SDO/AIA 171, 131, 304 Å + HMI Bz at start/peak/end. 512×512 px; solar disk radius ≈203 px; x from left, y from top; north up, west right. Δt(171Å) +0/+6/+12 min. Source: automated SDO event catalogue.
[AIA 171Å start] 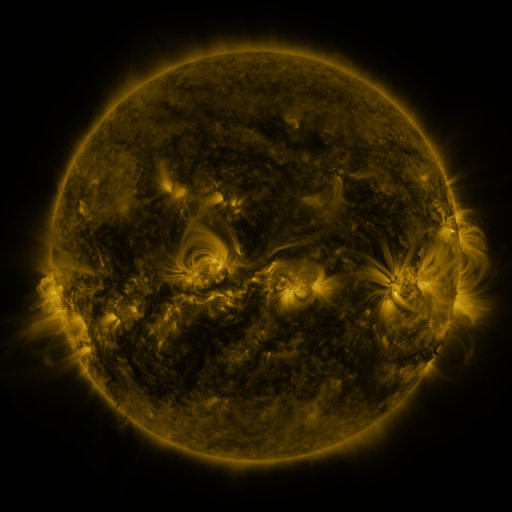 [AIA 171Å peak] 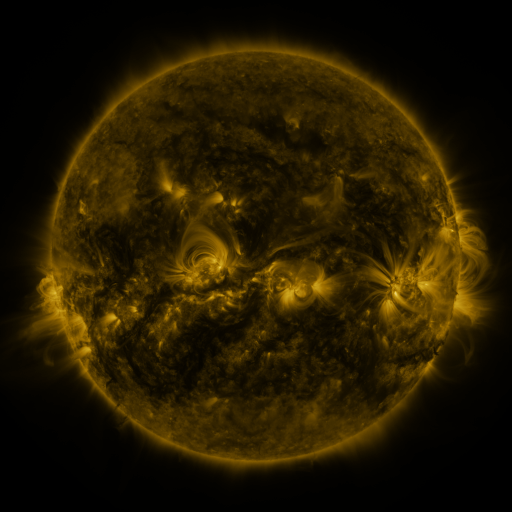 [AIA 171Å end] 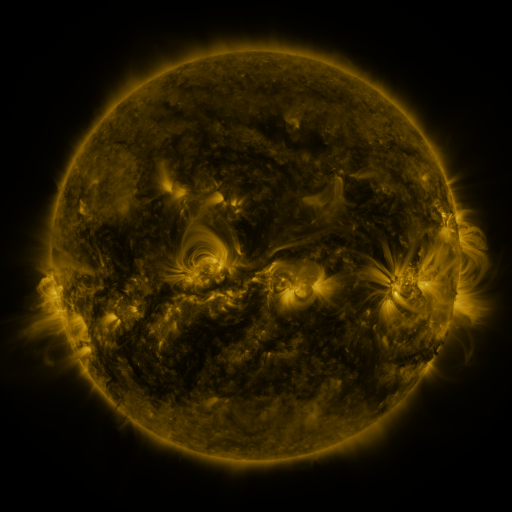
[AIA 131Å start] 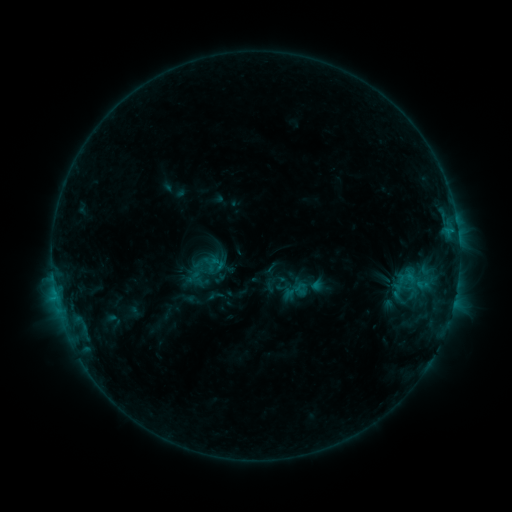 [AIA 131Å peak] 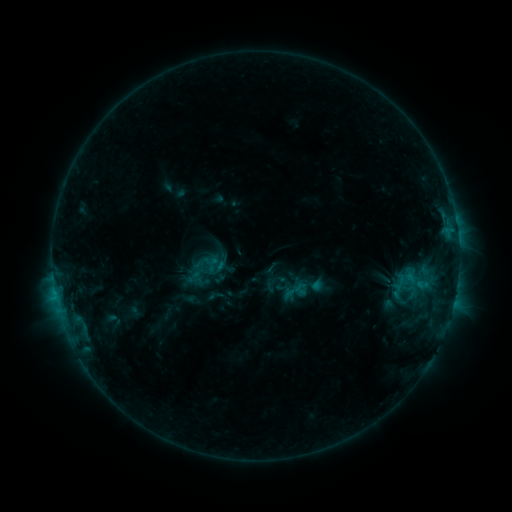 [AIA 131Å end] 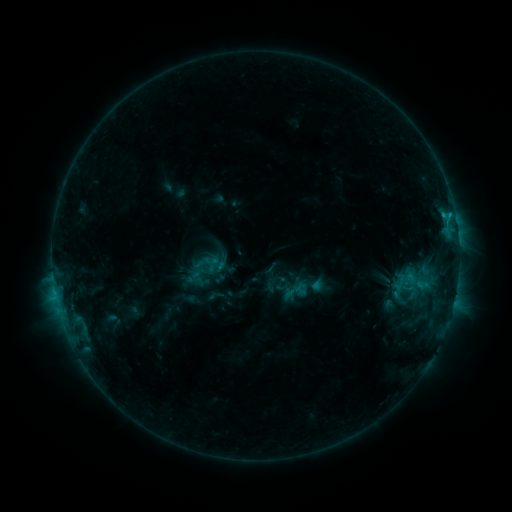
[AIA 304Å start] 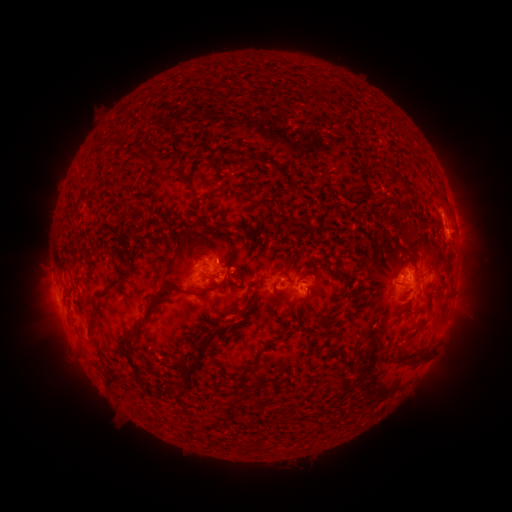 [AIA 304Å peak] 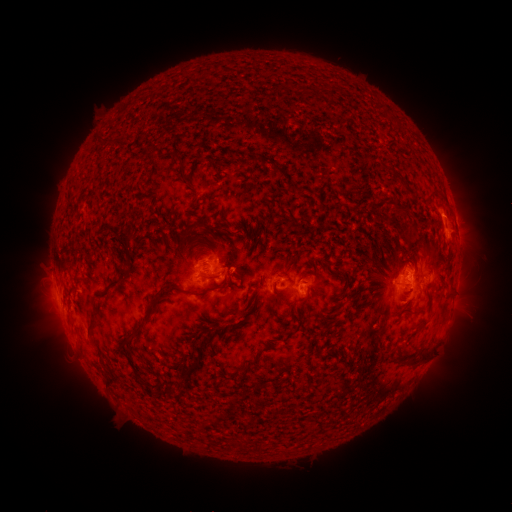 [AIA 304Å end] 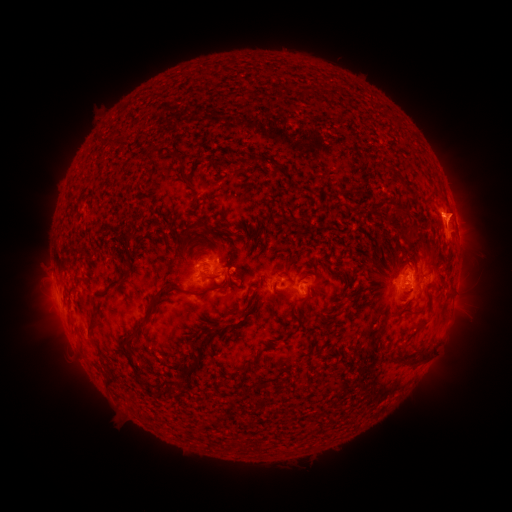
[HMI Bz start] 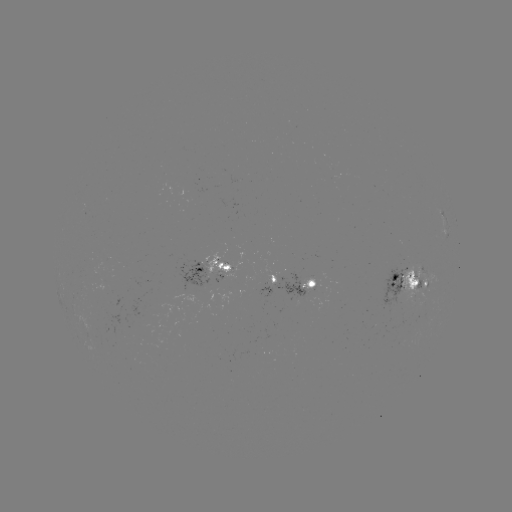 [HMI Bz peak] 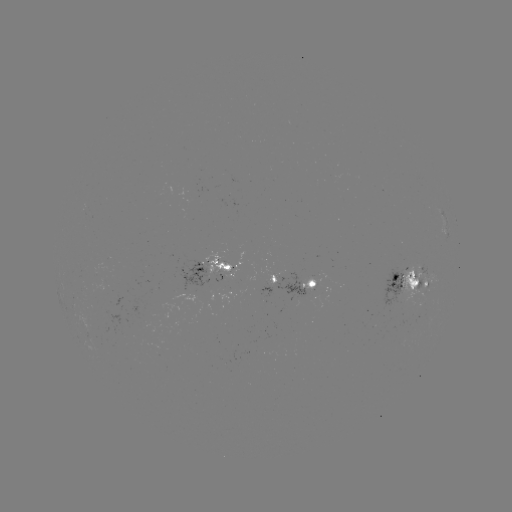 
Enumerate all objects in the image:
C1.6 flare: (443, 215)
